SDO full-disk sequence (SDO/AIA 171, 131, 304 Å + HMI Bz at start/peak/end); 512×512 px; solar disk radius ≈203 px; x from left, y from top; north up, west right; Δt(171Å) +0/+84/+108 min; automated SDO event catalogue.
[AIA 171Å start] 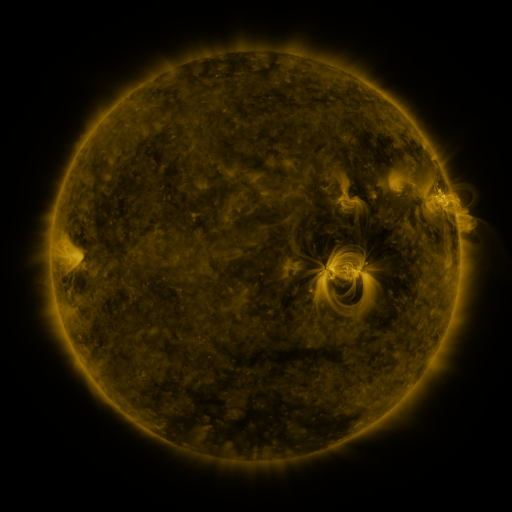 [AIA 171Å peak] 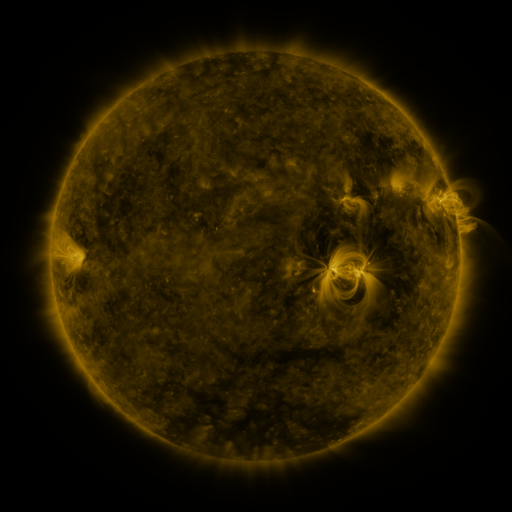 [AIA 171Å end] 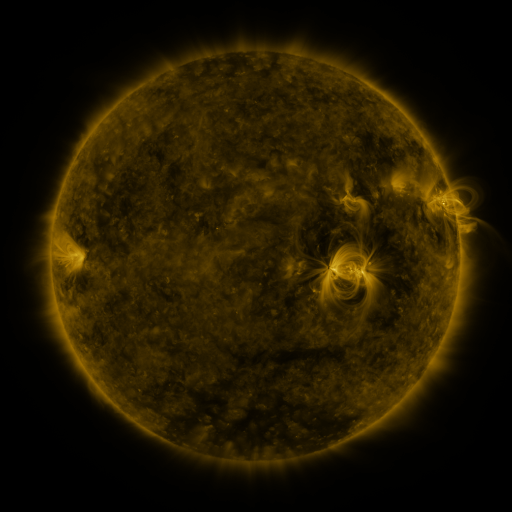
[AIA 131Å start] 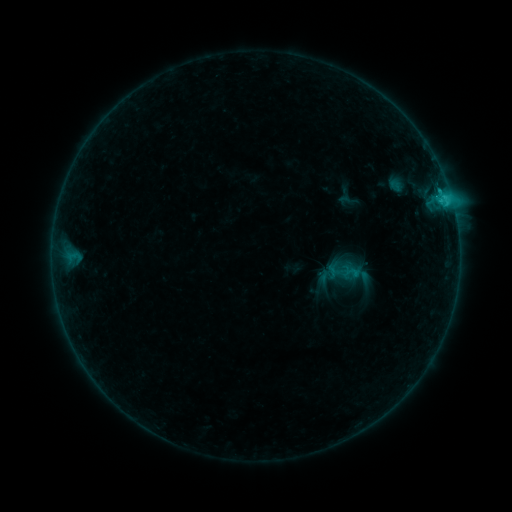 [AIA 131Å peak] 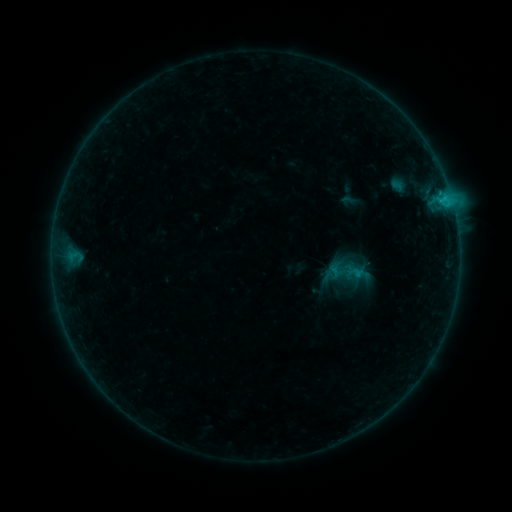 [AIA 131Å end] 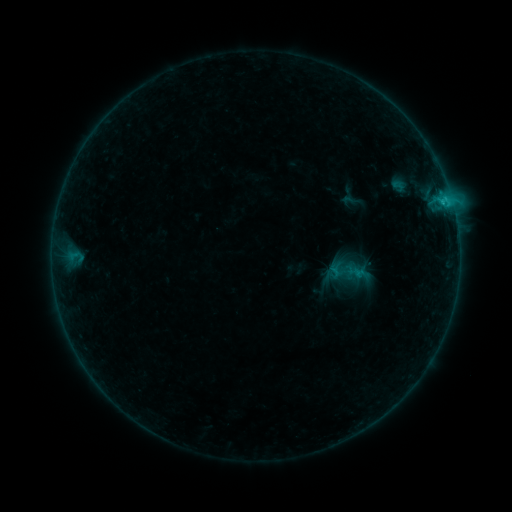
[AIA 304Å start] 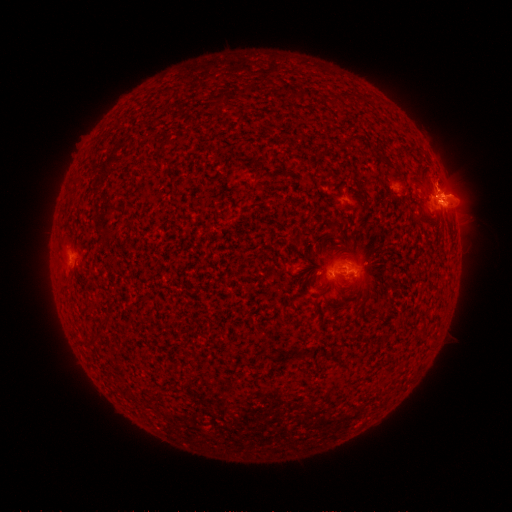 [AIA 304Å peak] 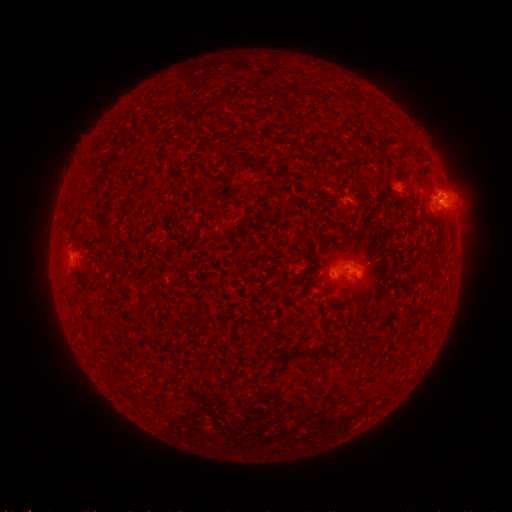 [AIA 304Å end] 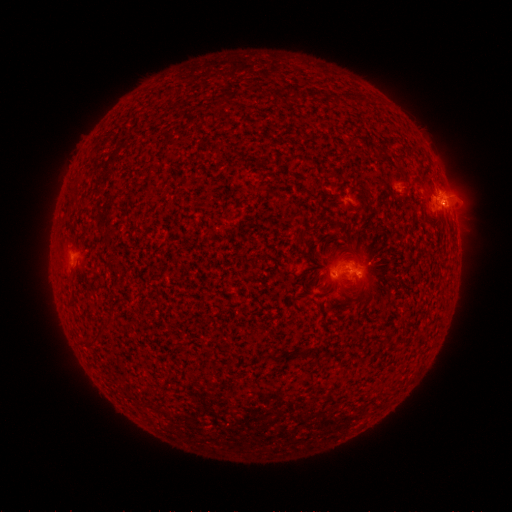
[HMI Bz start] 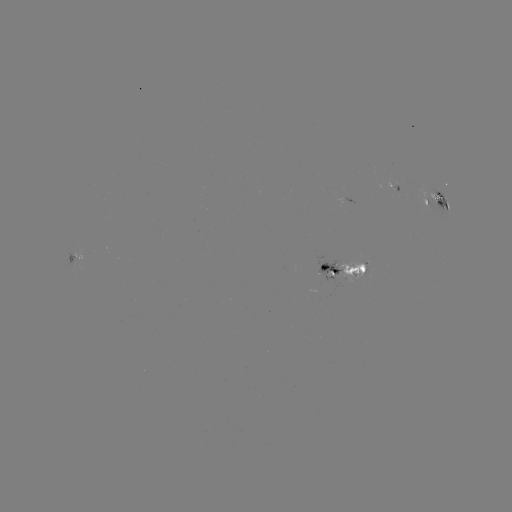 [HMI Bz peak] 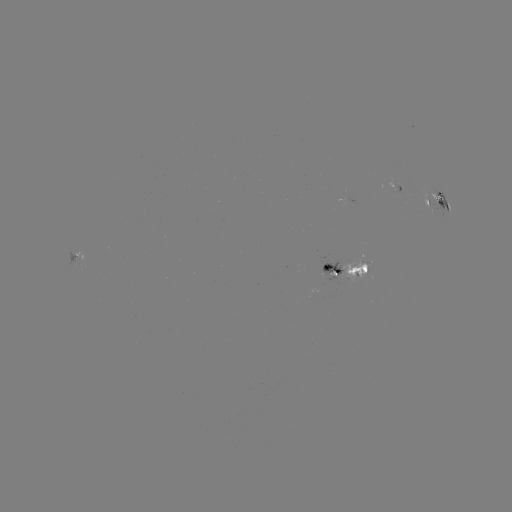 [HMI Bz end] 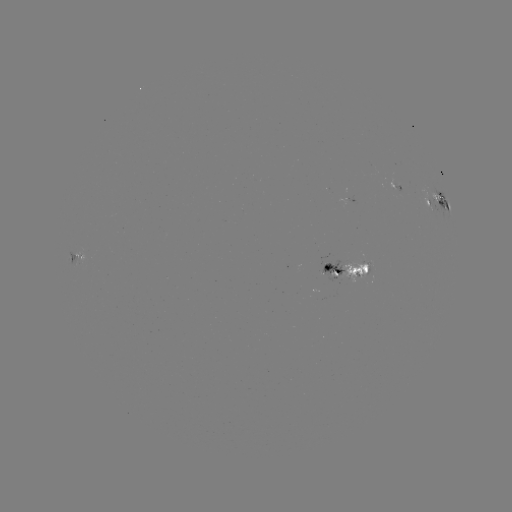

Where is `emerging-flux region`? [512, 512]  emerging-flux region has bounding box [337, 195, 353, 208].